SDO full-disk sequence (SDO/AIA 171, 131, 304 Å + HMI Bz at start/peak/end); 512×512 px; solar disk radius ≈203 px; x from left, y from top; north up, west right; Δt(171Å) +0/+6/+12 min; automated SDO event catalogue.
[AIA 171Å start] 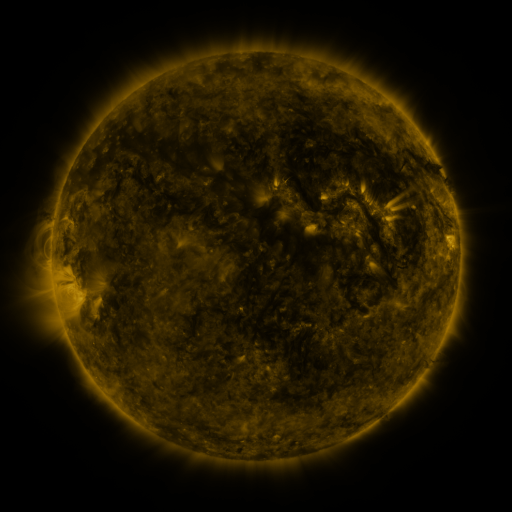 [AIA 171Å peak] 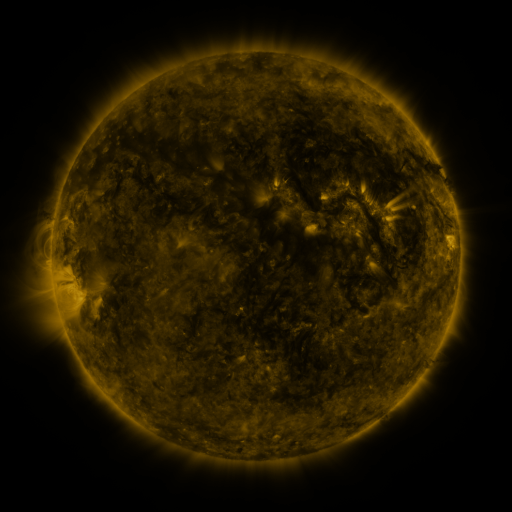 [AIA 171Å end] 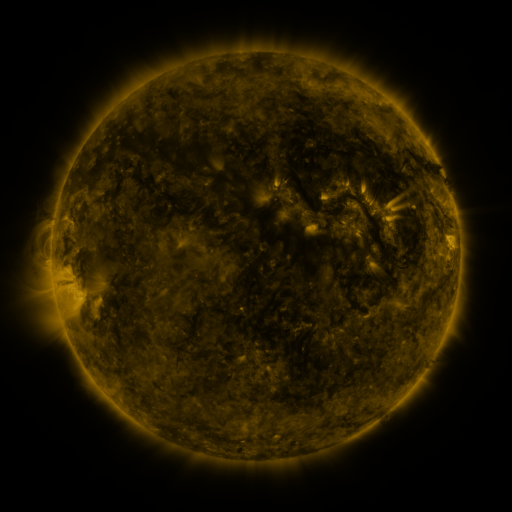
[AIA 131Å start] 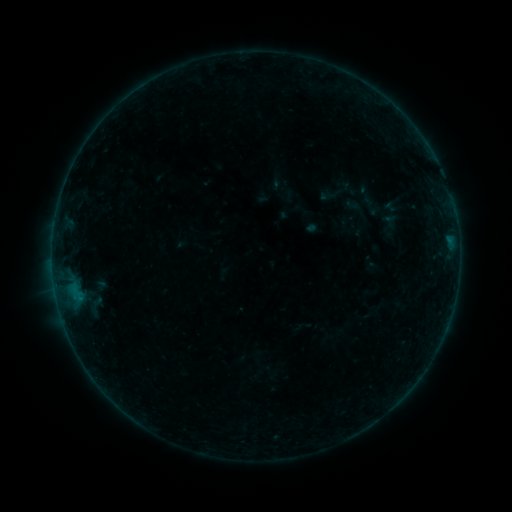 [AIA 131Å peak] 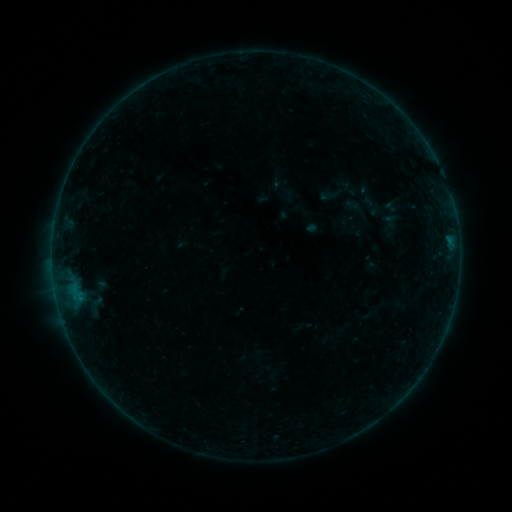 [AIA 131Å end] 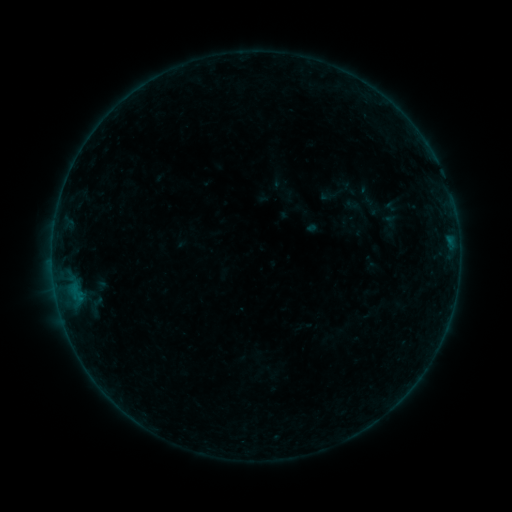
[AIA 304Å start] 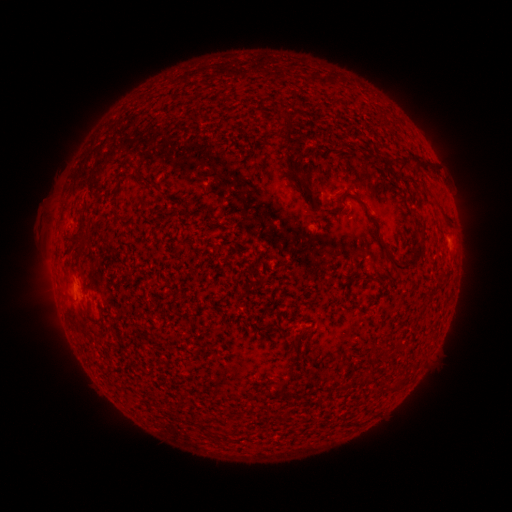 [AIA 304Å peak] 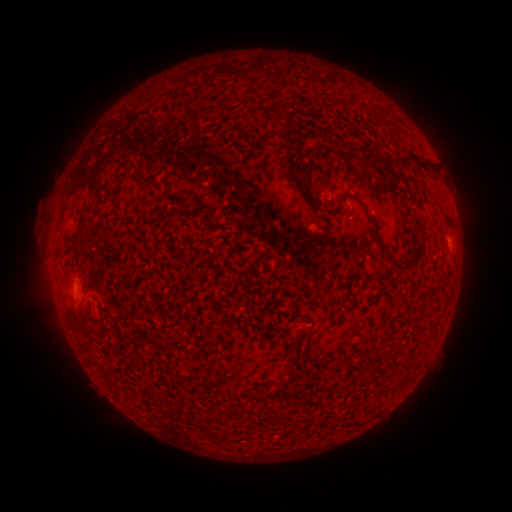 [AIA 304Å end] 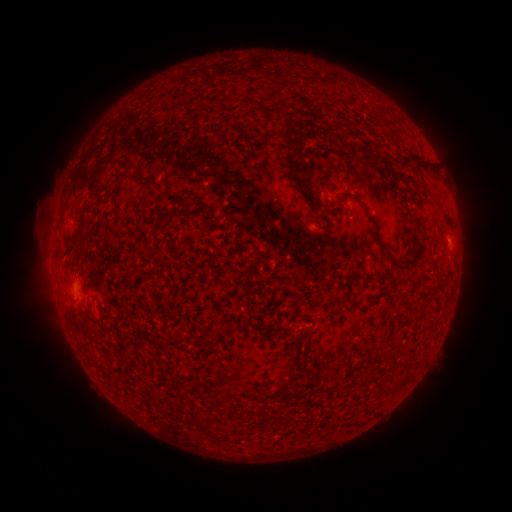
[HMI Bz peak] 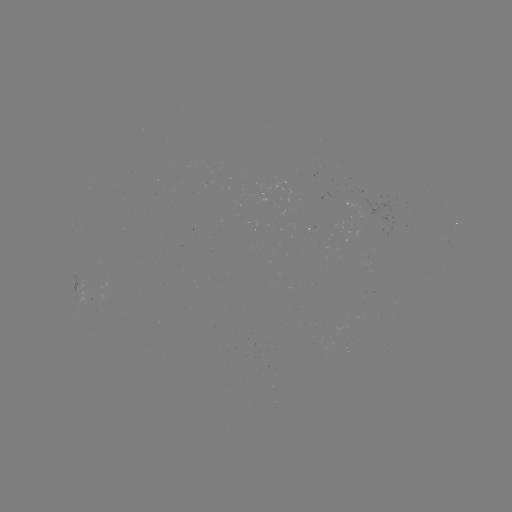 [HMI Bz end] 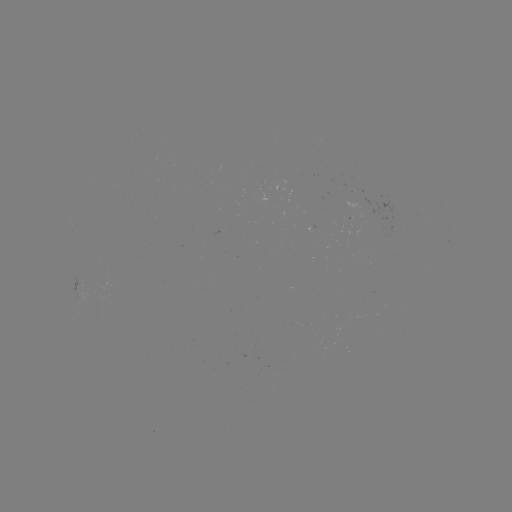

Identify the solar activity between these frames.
no catalogued flare and no flagged EUV brightening in this window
